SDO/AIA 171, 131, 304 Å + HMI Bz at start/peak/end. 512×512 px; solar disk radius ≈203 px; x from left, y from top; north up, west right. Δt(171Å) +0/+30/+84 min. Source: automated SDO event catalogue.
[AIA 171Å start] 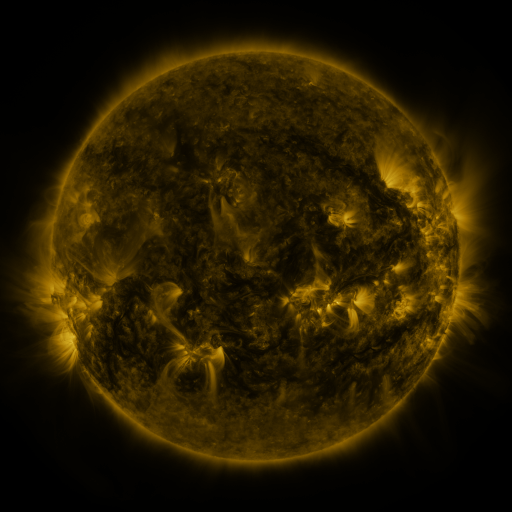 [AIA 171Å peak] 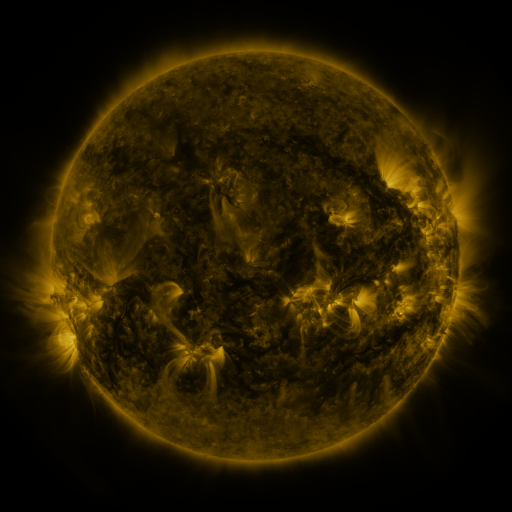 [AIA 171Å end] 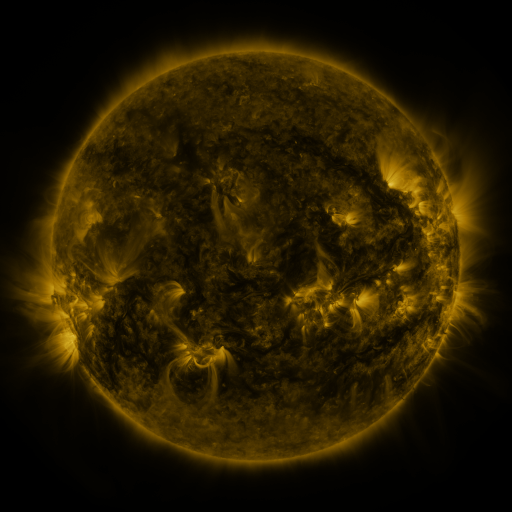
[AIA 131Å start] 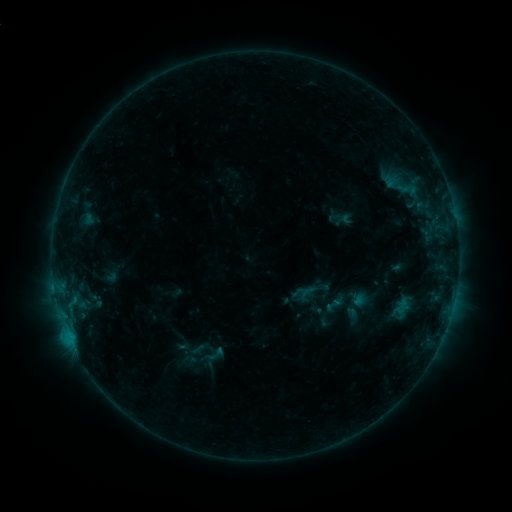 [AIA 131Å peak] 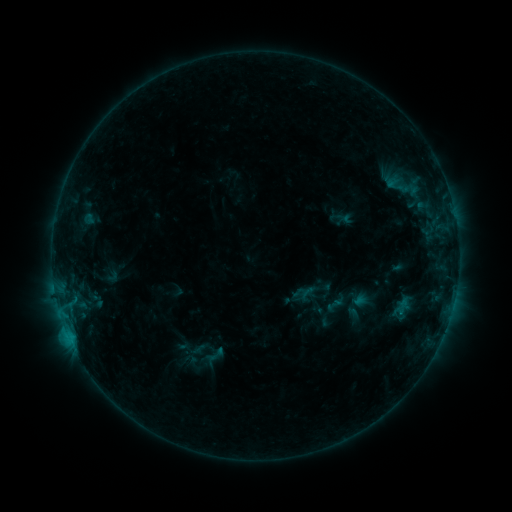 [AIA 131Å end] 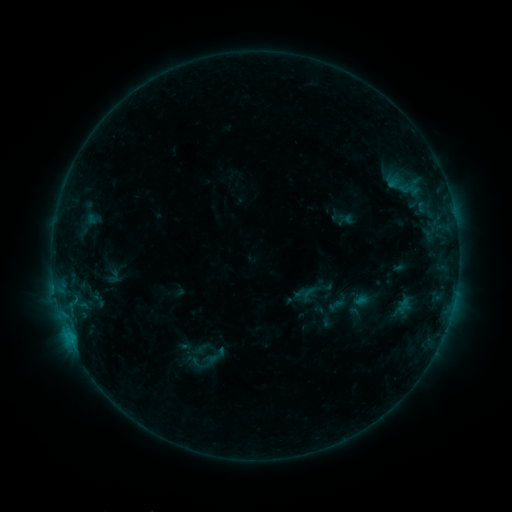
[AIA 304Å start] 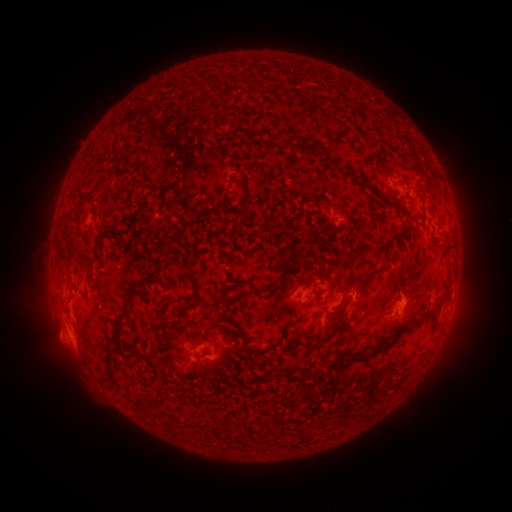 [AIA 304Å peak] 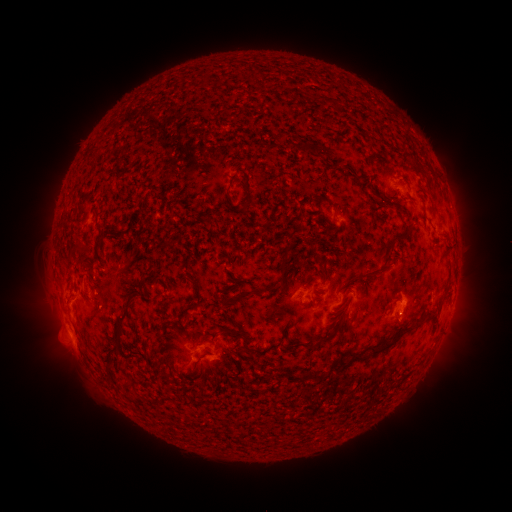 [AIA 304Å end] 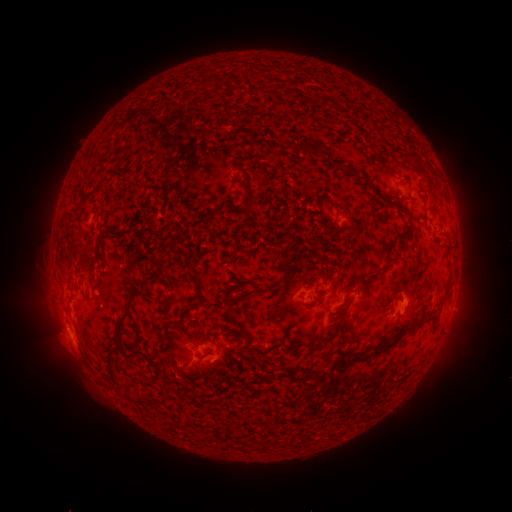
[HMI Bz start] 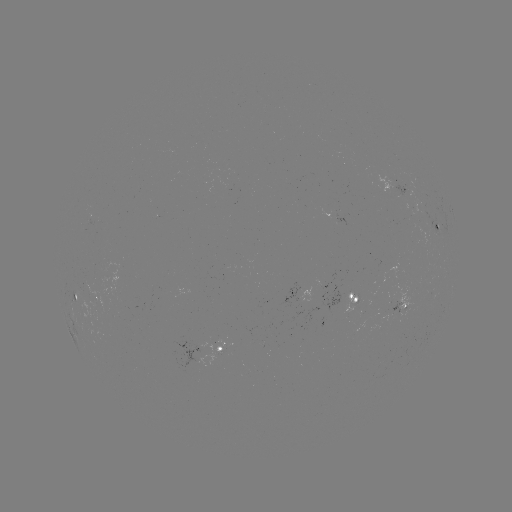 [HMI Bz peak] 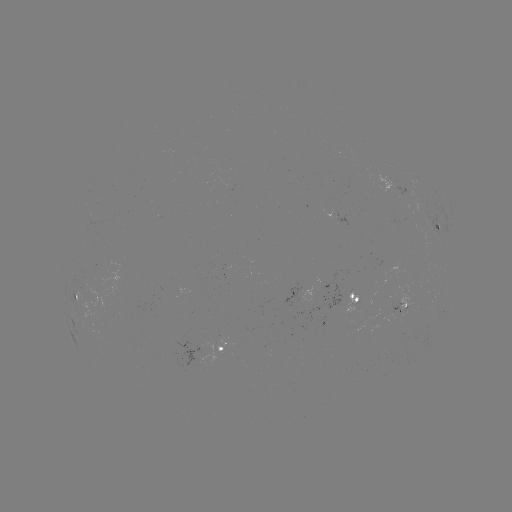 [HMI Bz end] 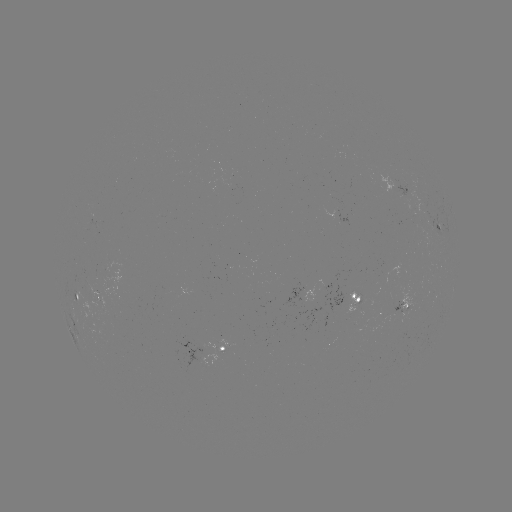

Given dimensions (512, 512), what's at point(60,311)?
B7.6 flare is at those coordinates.